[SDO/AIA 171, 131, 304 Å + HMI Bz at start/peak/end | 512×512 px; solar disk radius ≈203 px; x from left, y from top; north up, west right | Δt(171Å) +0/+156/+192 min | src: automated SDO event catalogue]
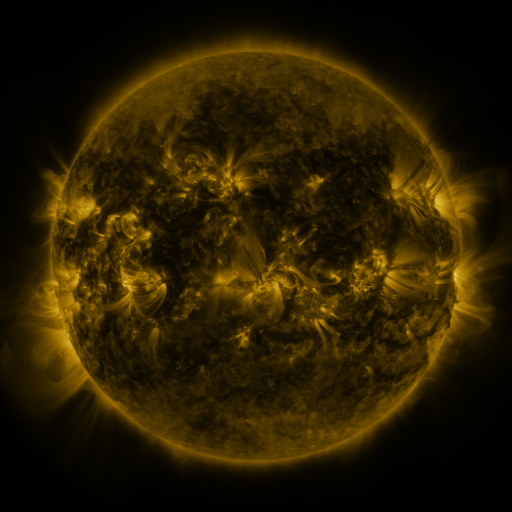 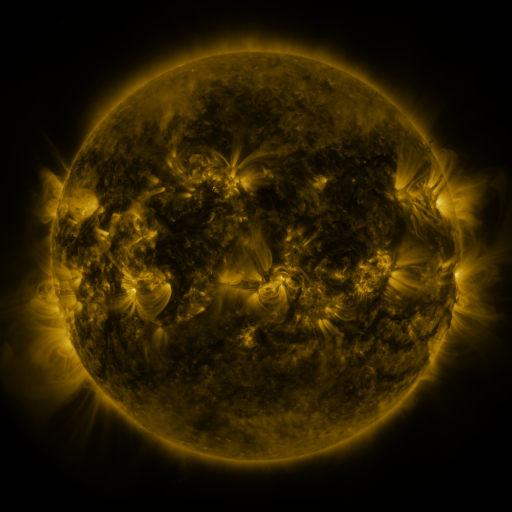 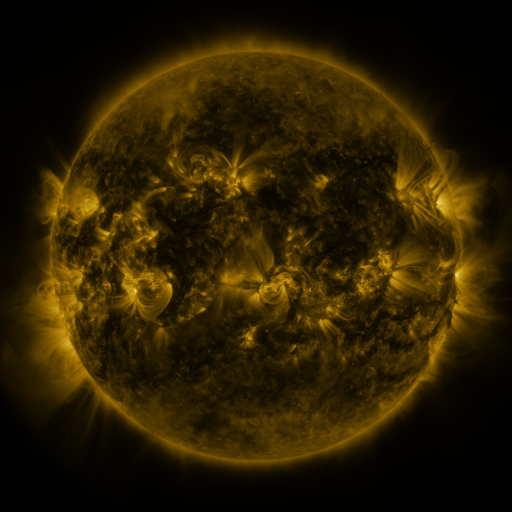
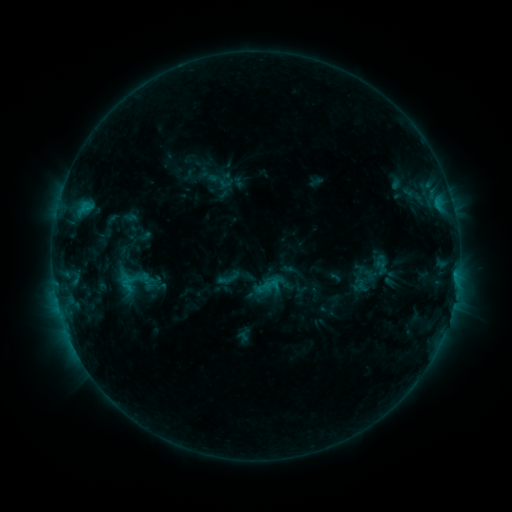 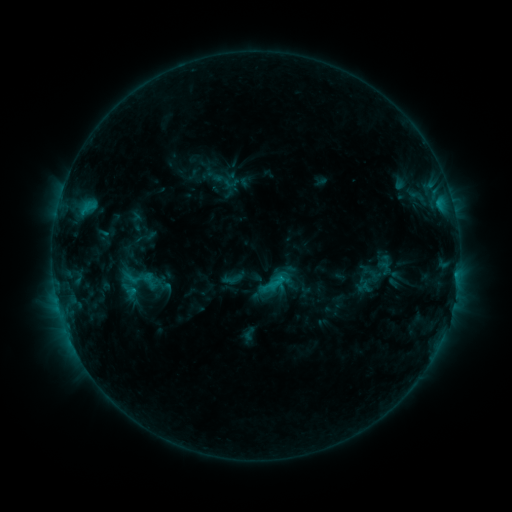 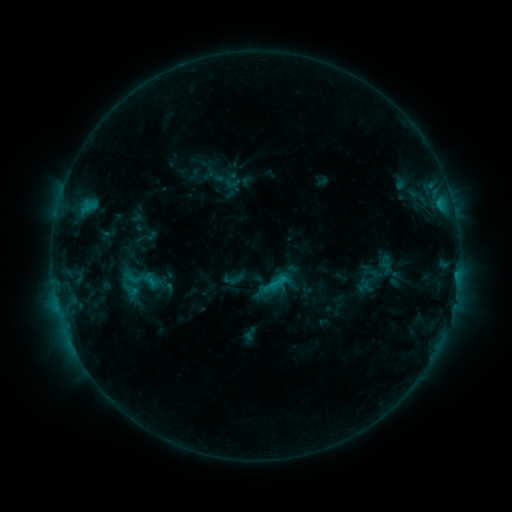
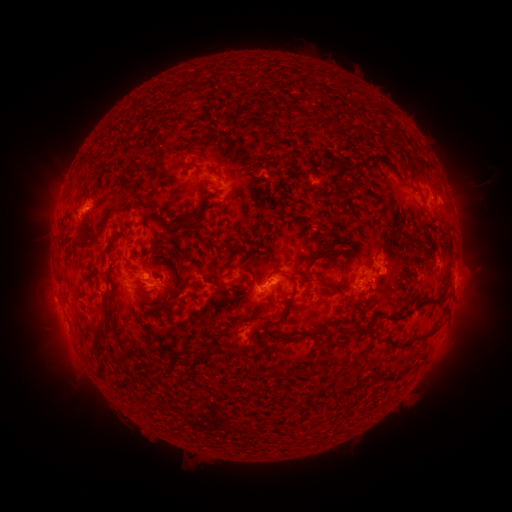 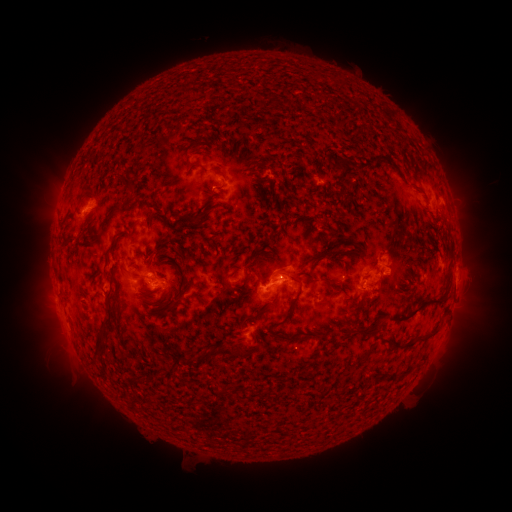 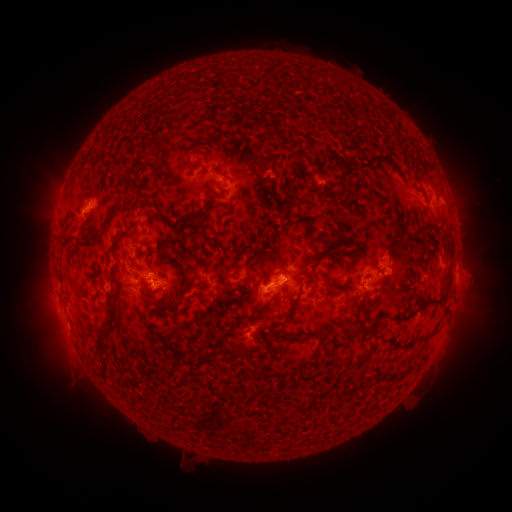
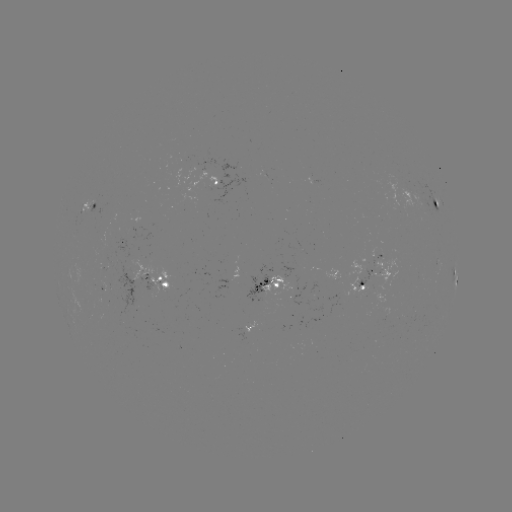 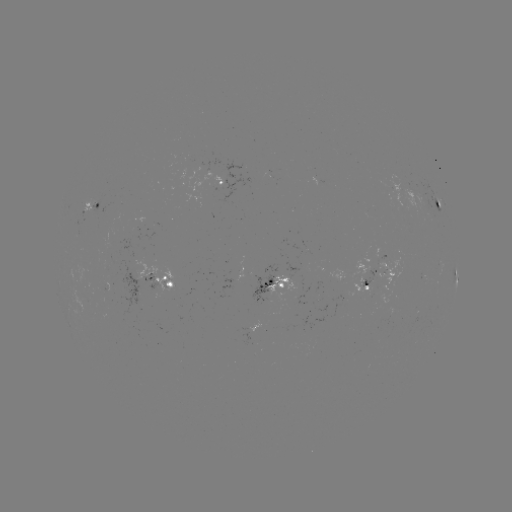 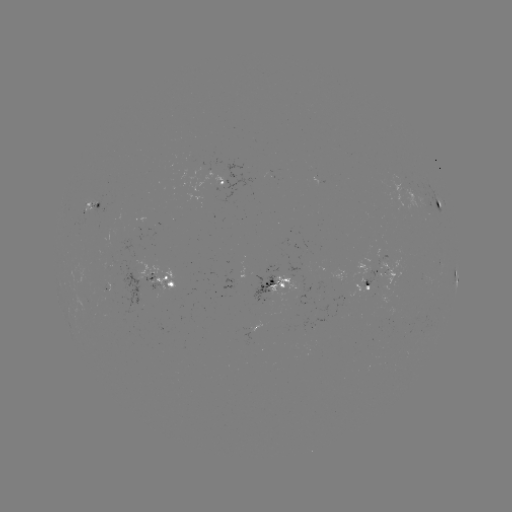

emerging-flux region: (250, 263, 277, 304)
